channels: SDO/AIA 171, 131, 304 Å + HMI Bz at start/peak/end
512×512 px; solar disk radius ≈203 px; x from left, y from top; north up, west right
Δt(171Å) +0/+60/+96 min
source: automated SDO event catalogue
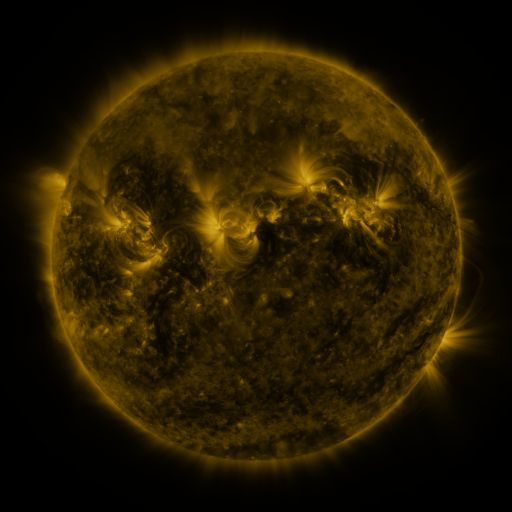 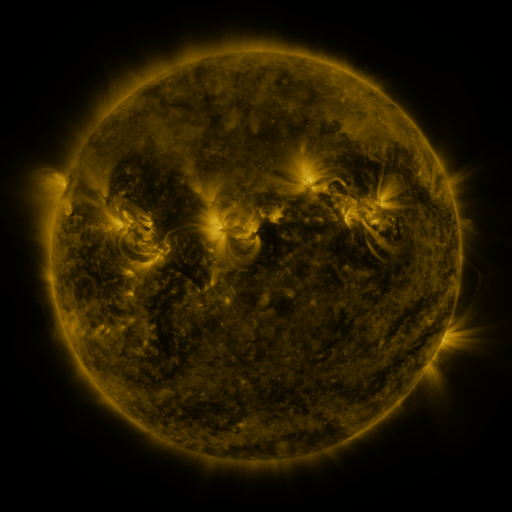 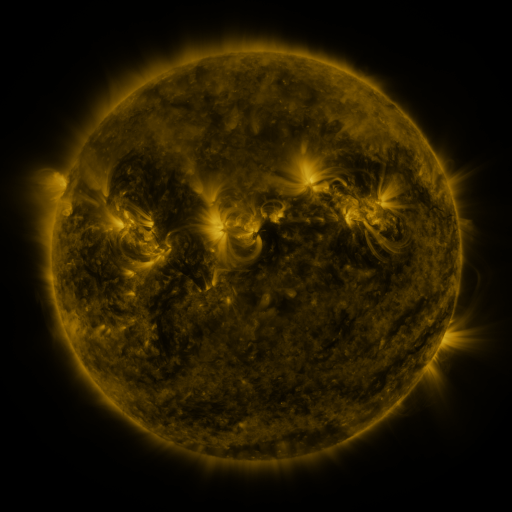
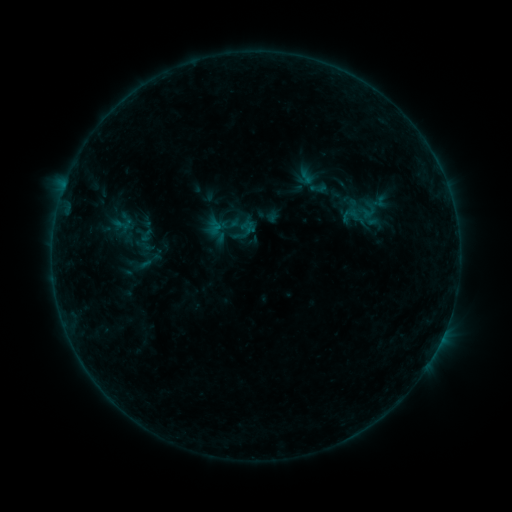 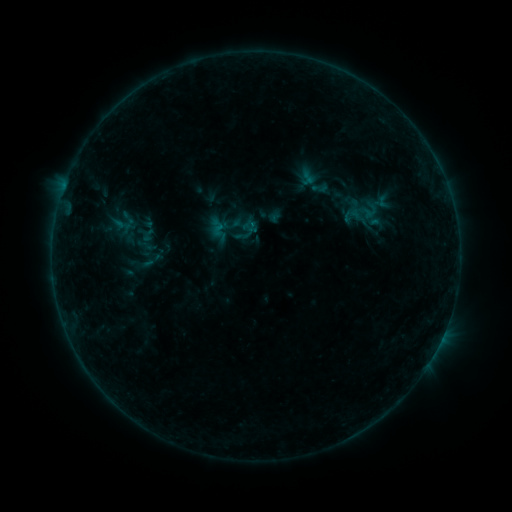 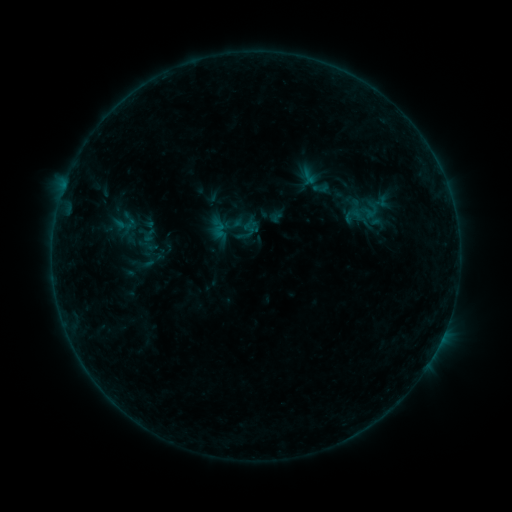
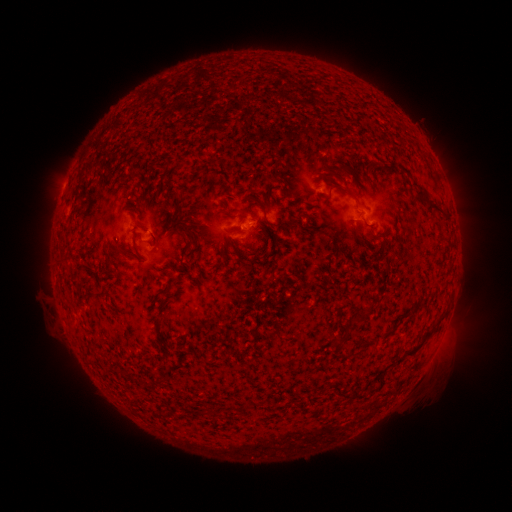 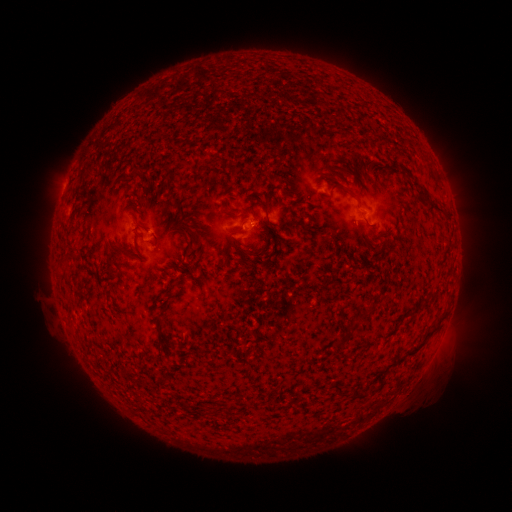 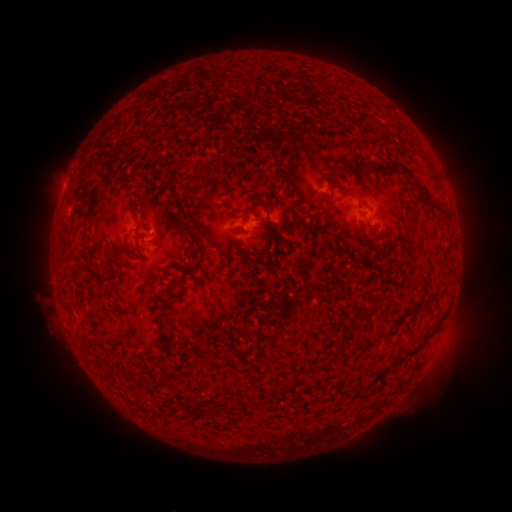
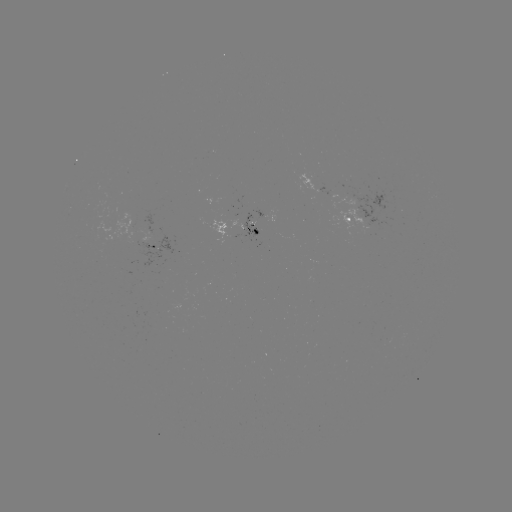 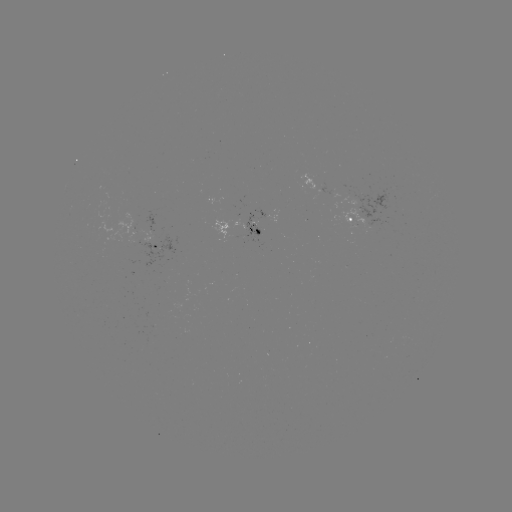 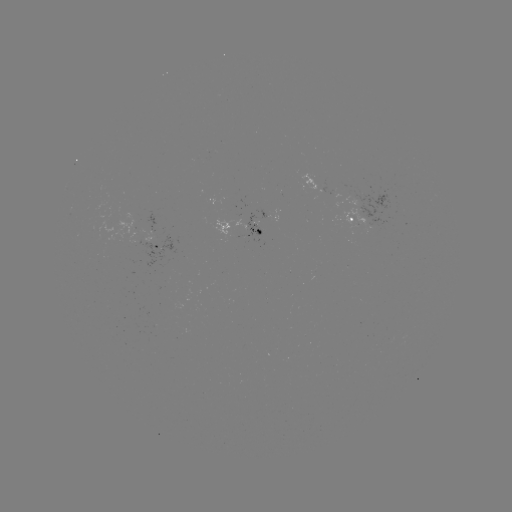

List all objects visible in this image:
emerging-flux region: (337, 194)
